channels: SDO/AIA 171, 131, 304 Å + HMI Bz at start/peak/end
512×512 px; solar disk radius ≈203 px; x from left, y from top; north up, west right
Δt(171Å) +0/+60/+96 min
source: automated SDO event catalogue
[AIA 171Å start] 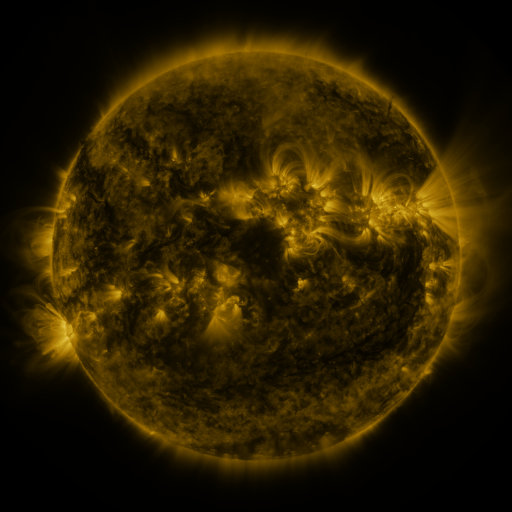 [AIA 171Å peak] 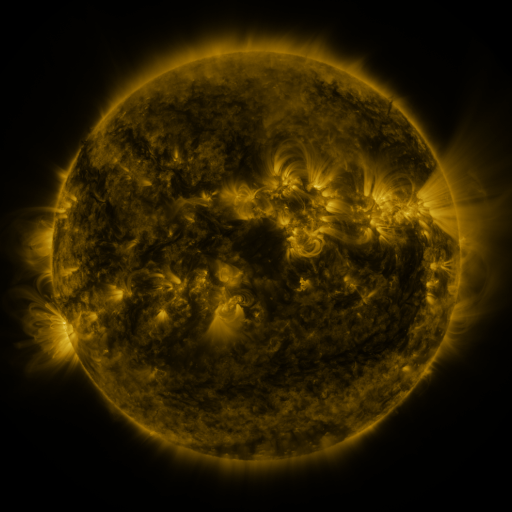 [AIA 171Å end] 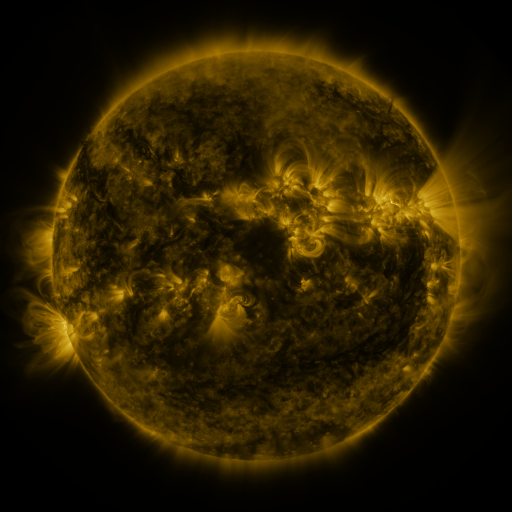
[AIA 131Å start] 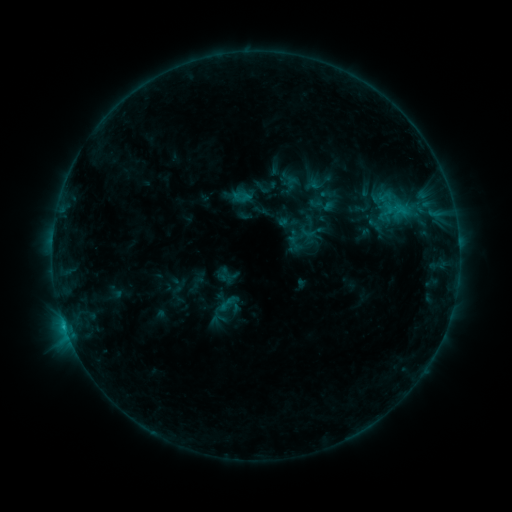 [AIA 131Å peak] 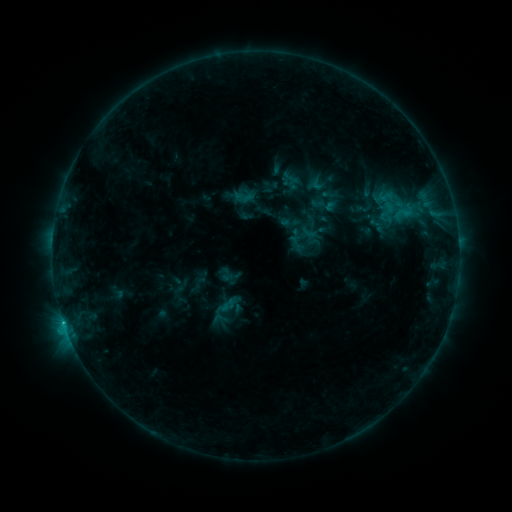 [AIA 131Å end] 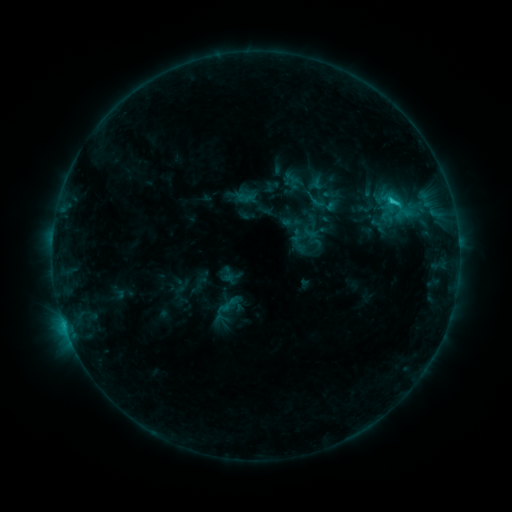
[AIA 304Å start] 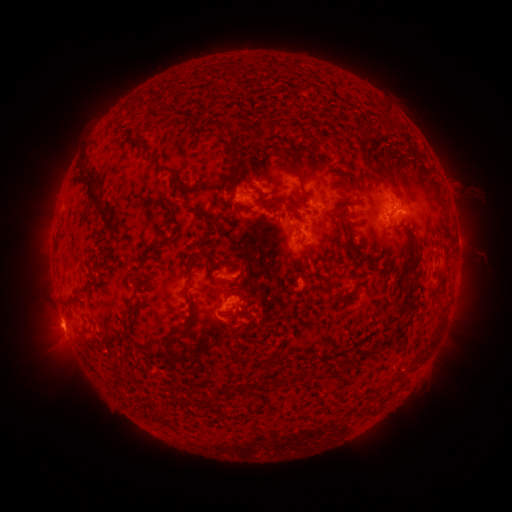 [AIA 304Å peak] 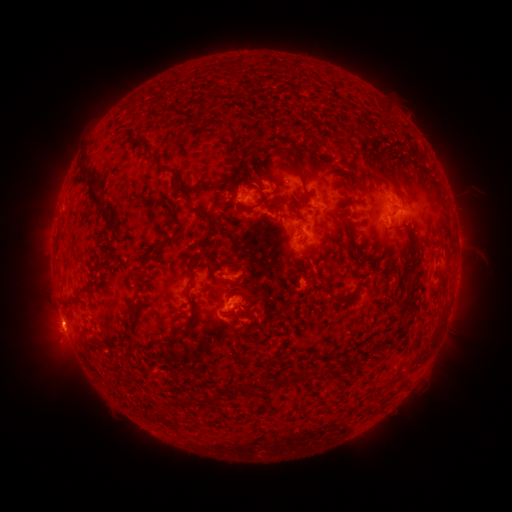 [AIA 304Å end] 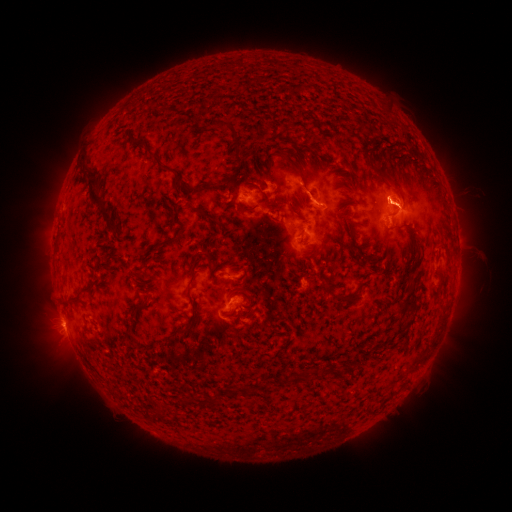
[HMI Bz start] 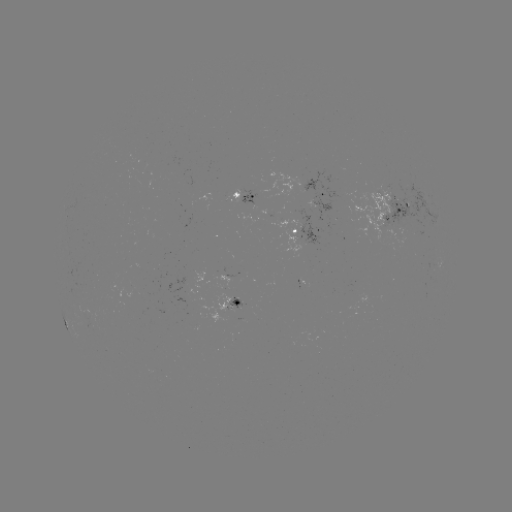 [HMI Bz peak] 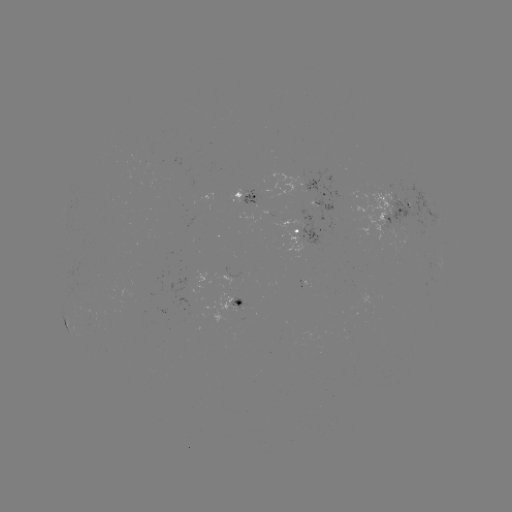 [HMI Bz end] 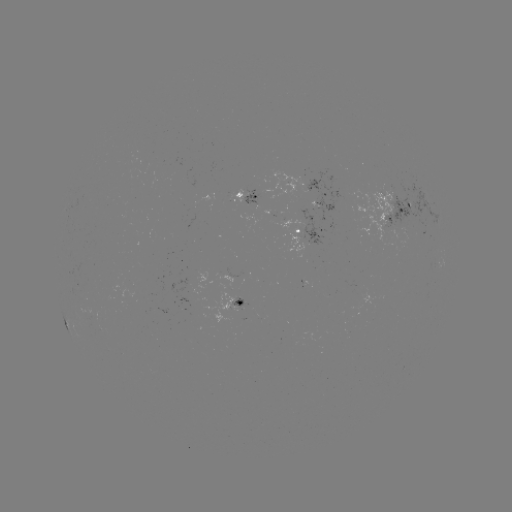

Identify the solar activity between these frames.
emerging-flux region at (262, 196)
